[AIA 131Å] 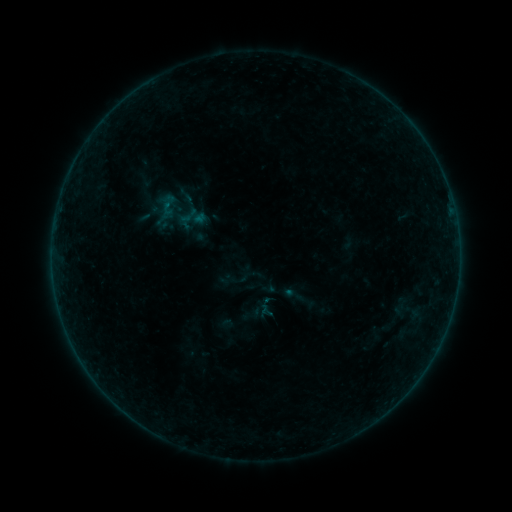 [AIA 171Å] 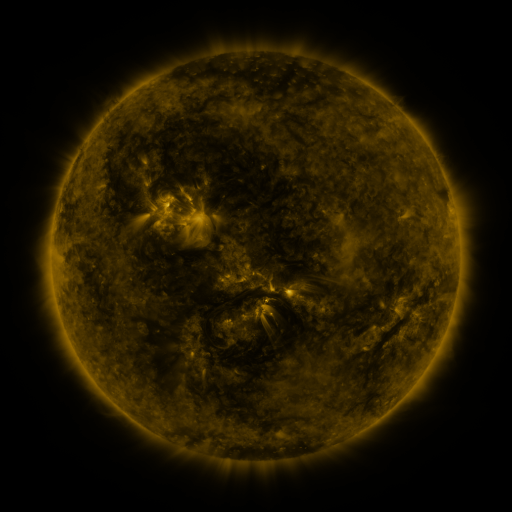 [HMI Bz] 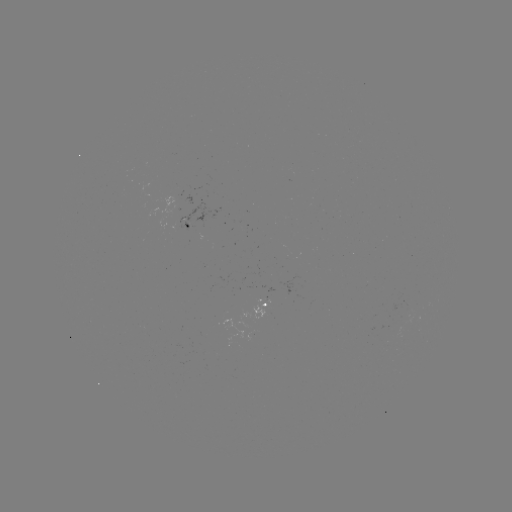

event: sigmoid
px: (168, 205)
